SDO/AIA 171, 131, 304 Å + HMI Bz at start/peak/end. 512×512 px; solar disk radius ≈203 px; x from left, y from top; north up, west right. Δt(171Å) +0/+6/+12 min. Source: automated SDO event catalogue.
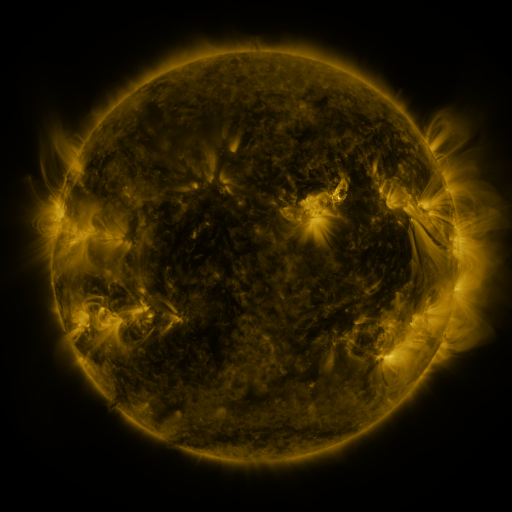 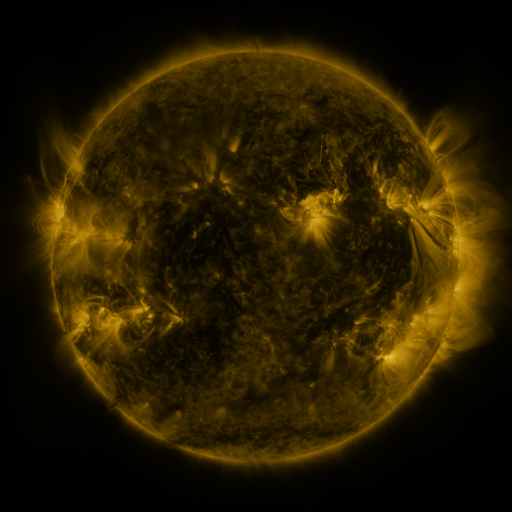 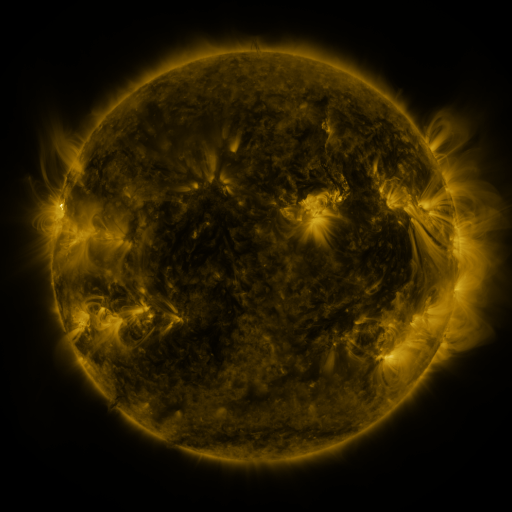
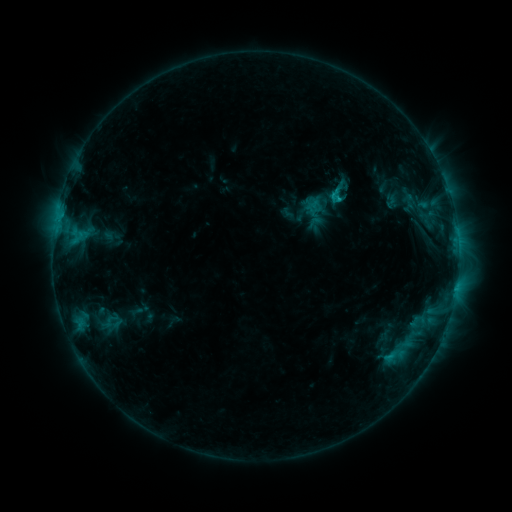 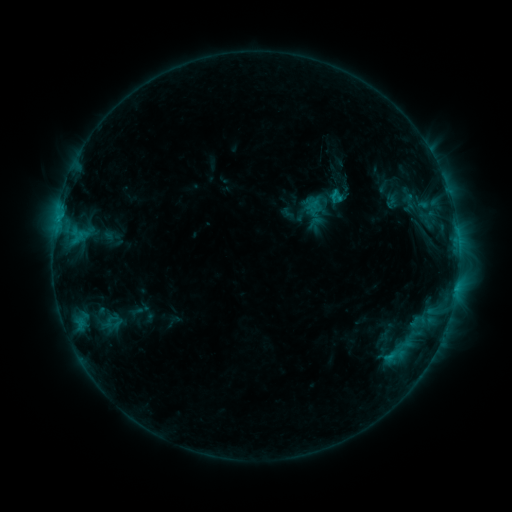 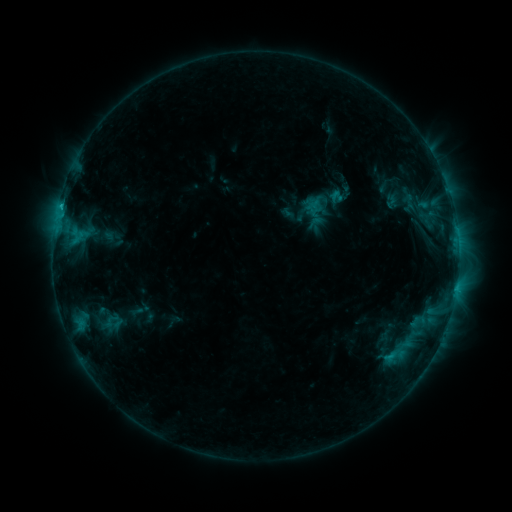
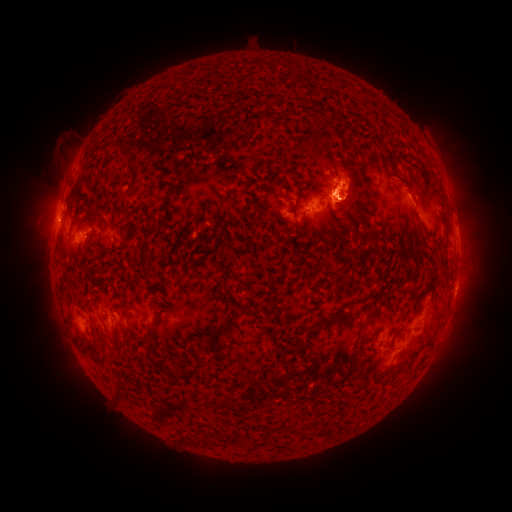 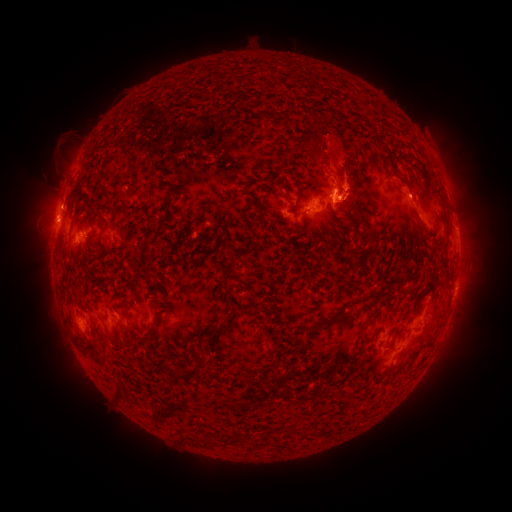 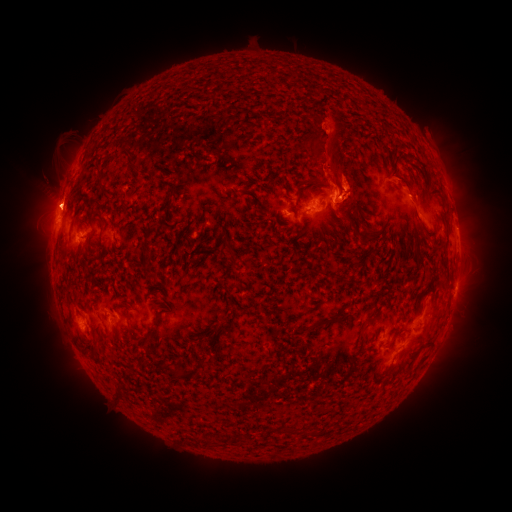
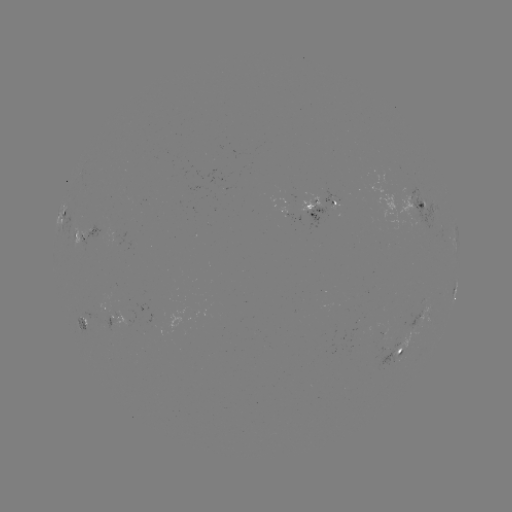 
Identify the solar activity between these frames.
eruption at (282, 138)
